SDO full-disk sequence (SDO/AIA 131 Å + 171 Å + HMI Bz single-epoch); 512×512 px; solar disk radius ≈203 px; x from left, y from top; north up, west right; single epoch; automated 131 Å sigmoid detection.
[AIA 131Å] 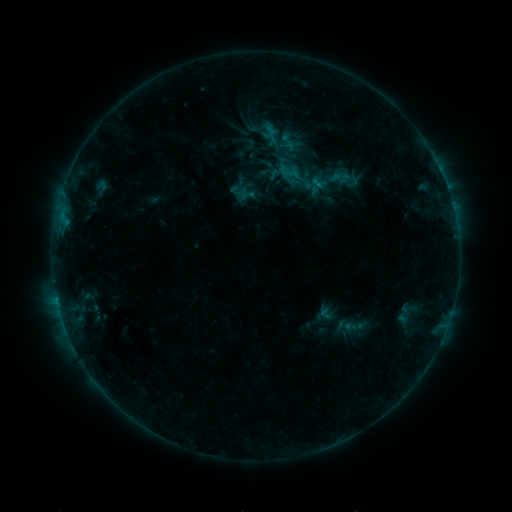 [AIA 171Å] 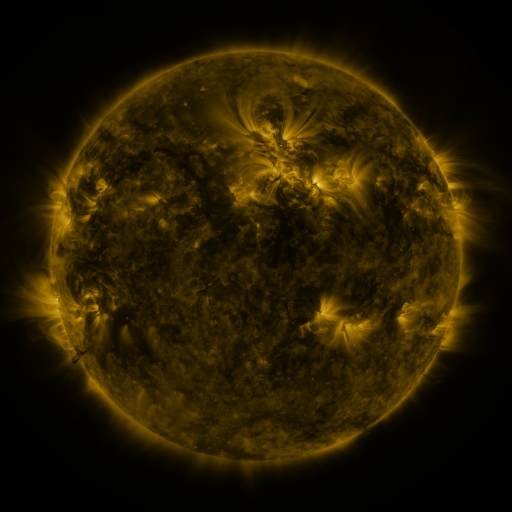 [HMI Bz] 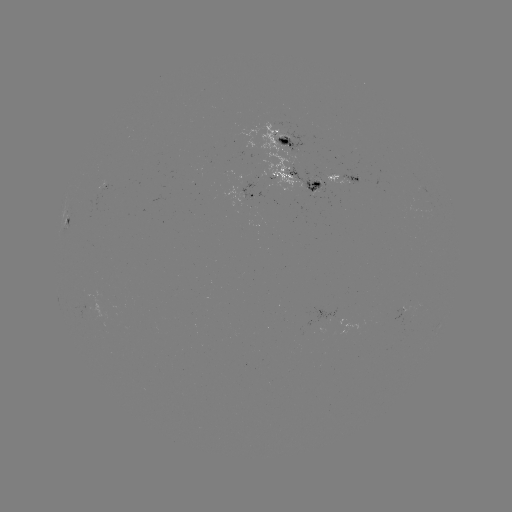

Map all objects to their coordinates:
sigmoid: <bbox>279, 133, 299, 150</bbox>
sigmoid: <bbox>392, 302, 413, 326</bbox>
